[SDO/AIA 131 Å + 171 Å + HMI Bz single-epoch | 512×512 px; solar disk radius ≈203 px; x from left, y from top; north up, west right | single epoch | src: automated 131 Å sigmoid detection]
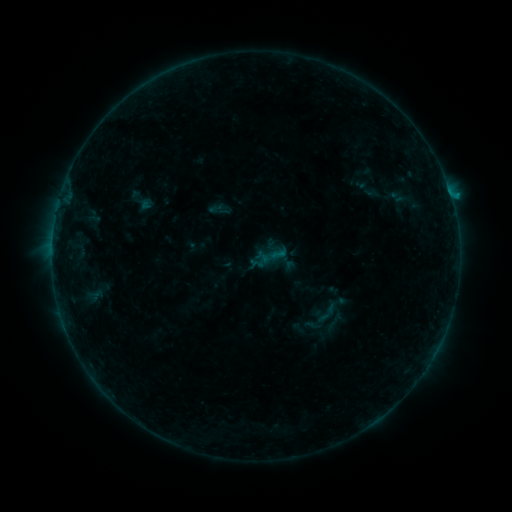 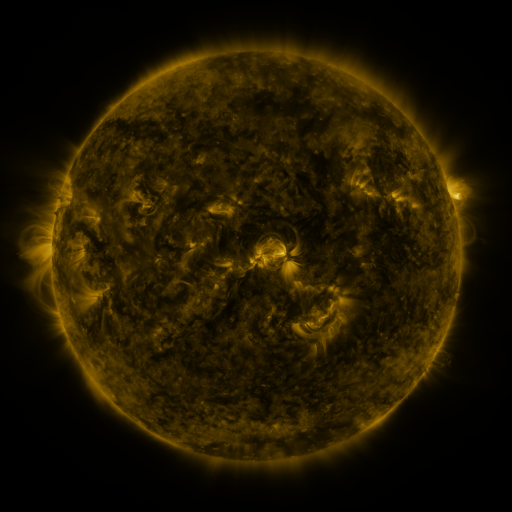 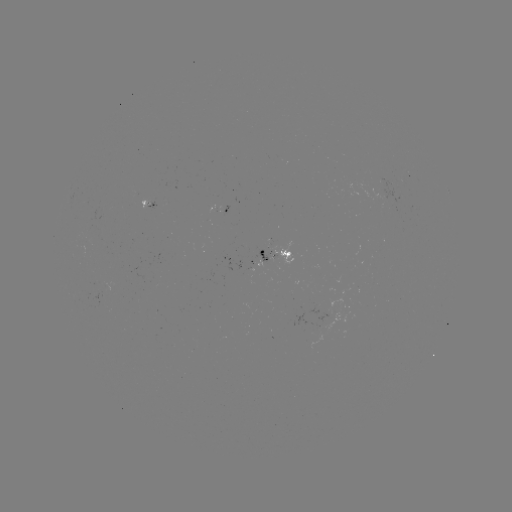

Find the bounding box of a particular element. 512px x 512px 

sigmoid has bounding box [314, 298, 340, 327].